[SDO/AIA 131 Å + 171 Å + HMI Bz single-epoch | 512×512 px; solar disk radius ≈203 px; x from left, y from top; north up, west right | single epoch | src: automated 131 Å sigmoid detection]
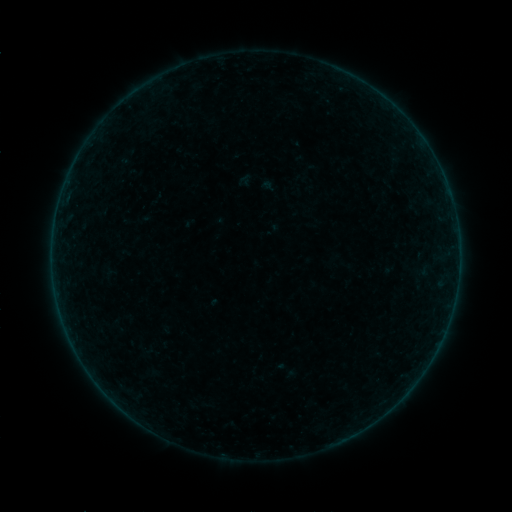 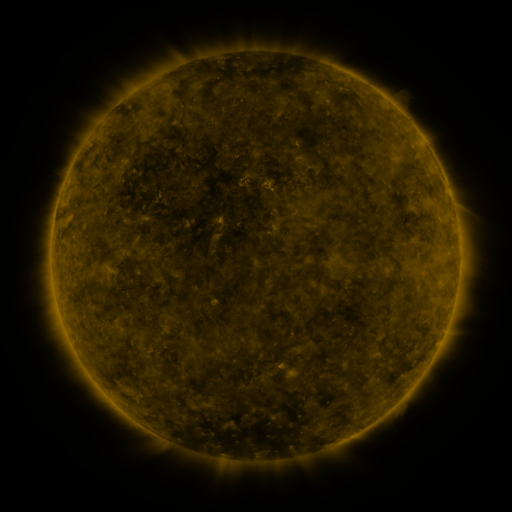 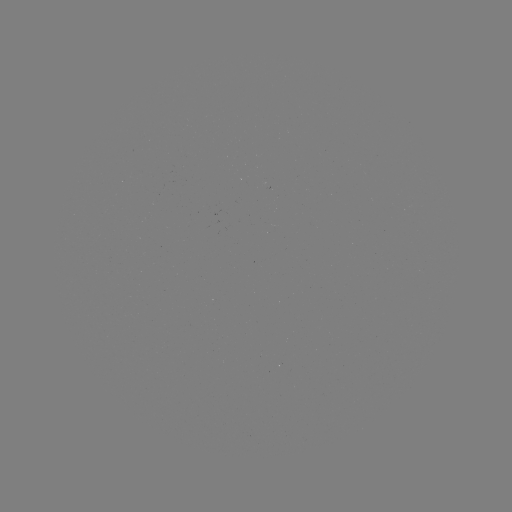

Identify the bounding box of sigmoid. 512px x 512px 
[118, 146, 137, 166].